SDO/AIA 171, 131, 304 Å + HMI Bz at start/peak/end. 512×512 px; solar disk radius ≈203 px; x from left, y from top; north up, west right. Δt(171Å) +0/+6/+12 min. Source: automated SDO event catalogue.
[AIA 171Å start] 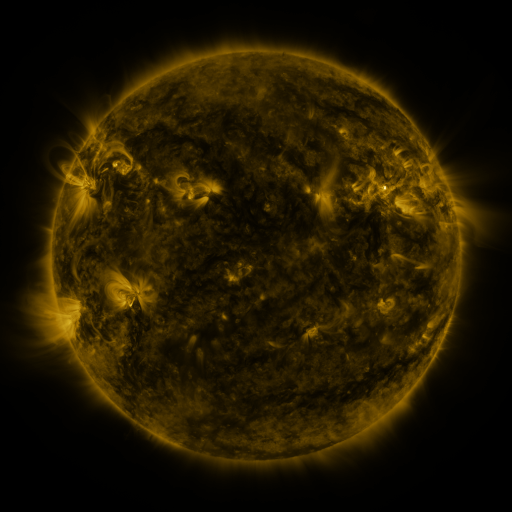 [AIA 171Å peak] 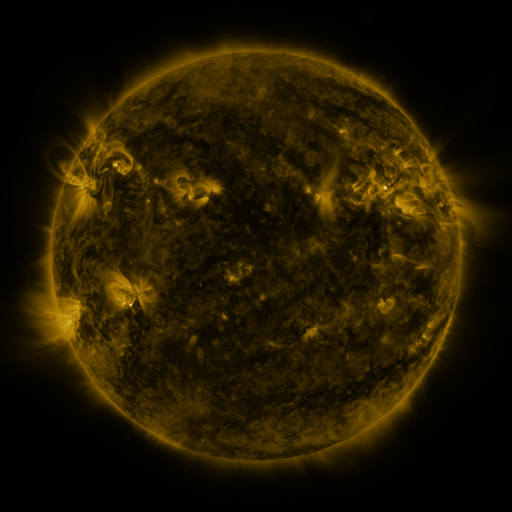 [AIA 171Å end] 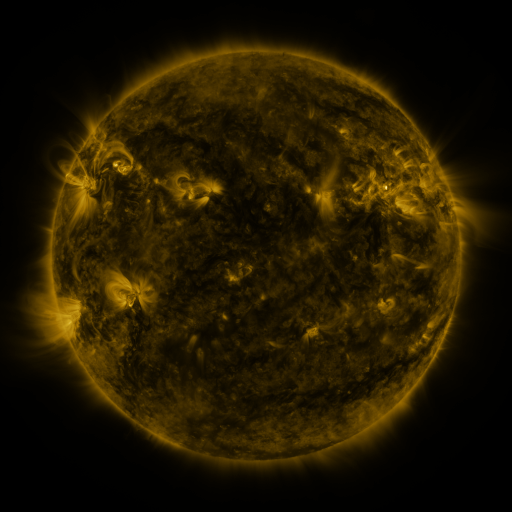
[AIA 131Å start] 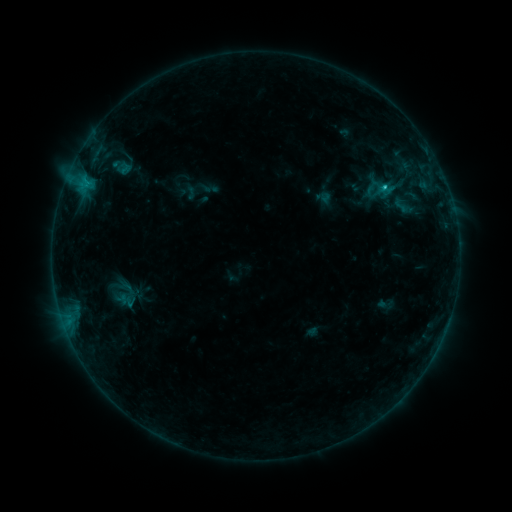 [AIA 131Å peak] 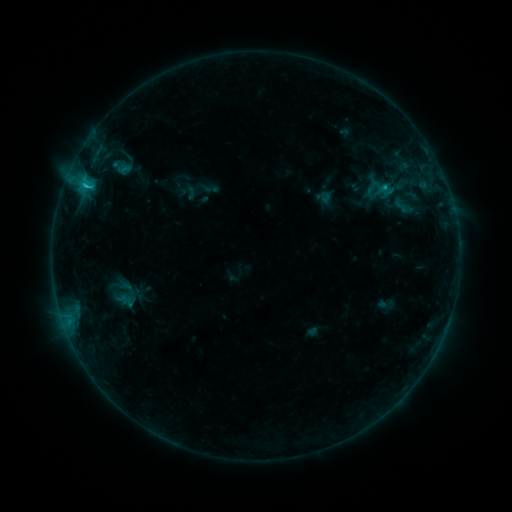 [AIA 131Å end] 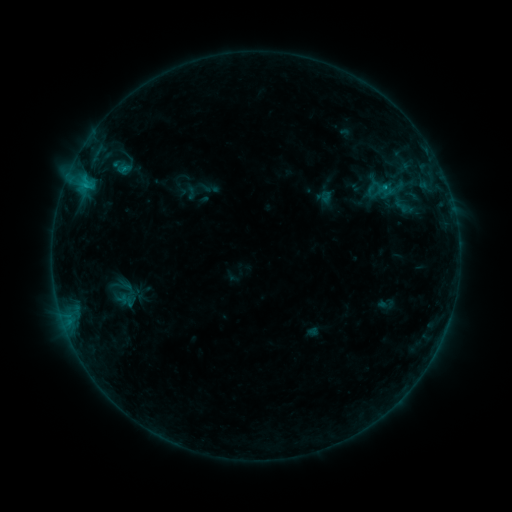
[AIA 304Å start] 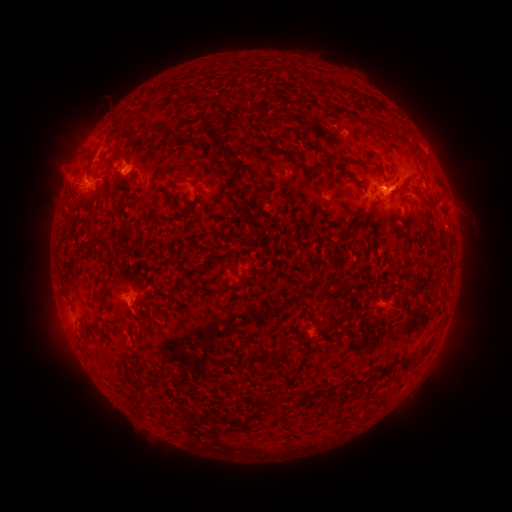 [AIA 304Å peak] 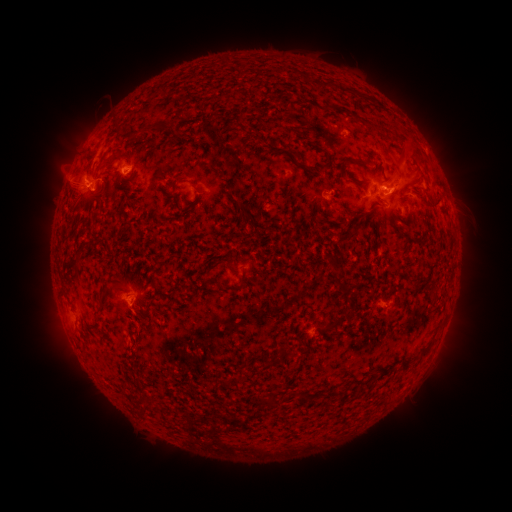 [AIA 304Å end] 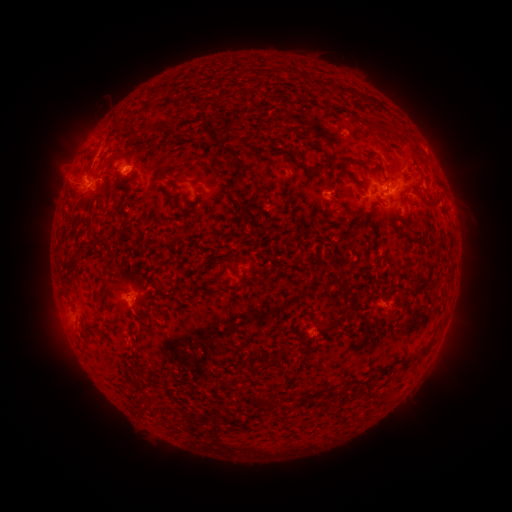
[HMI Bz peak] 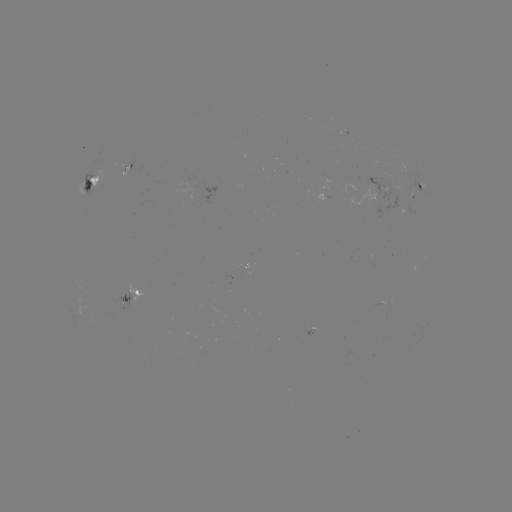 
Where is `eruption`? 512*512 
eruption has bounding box [351, 165, 368, 192].